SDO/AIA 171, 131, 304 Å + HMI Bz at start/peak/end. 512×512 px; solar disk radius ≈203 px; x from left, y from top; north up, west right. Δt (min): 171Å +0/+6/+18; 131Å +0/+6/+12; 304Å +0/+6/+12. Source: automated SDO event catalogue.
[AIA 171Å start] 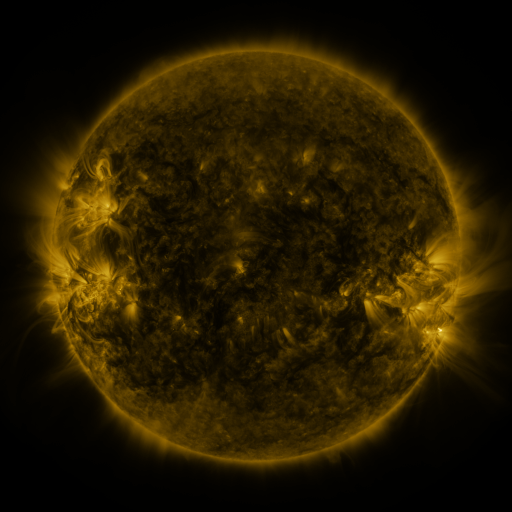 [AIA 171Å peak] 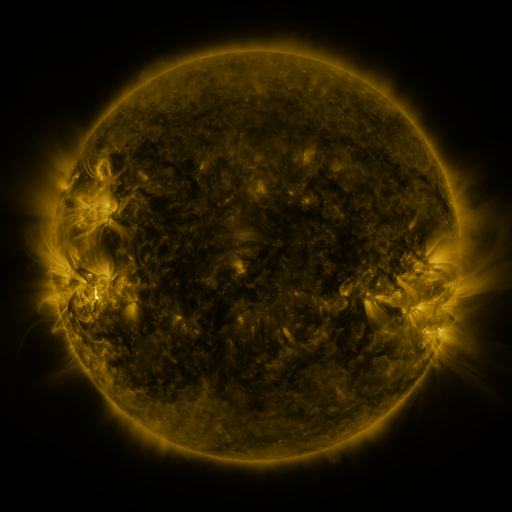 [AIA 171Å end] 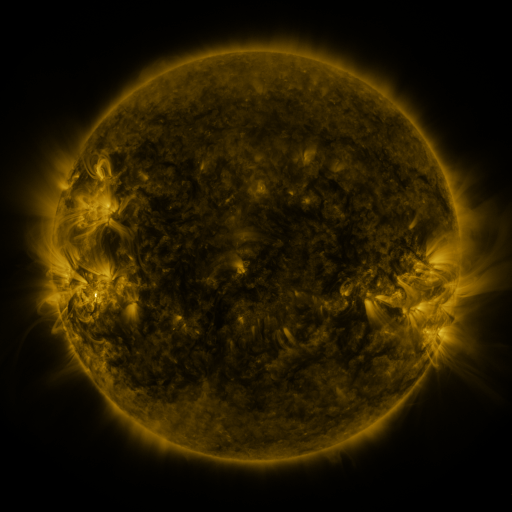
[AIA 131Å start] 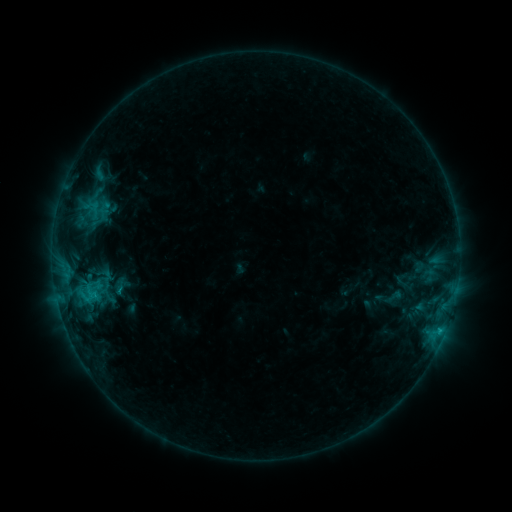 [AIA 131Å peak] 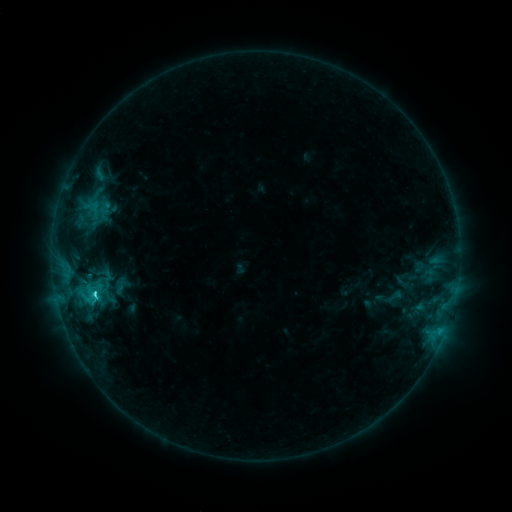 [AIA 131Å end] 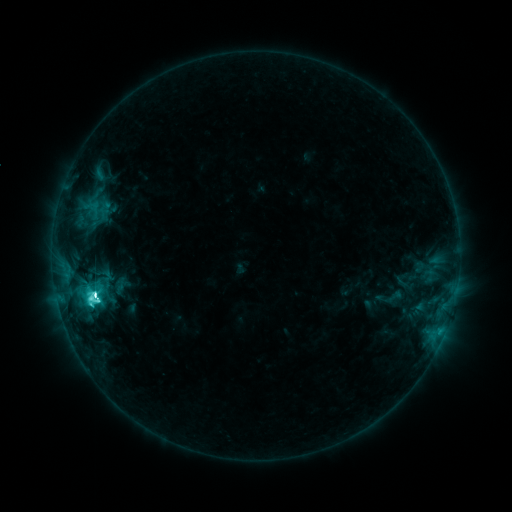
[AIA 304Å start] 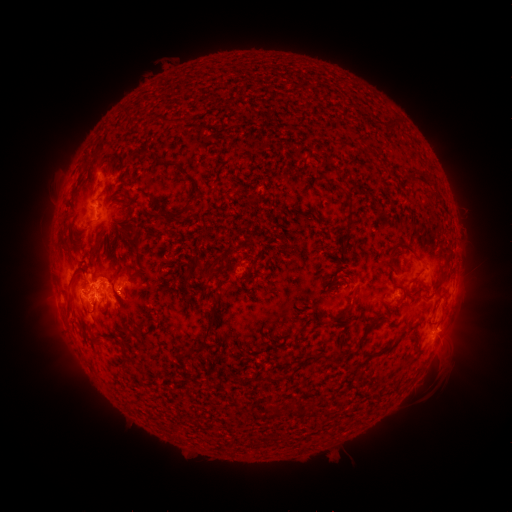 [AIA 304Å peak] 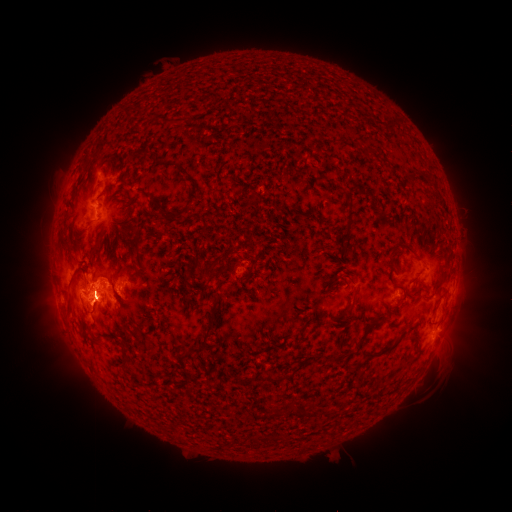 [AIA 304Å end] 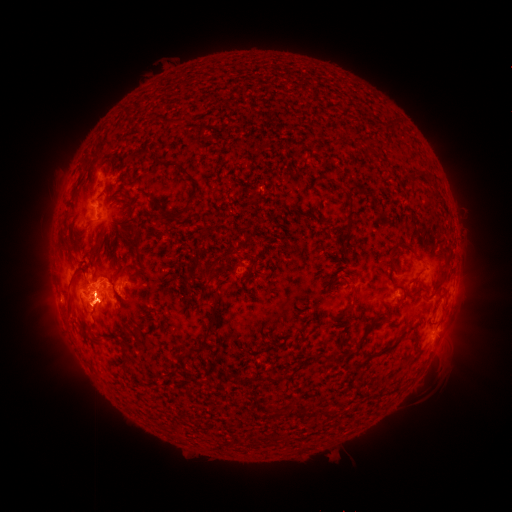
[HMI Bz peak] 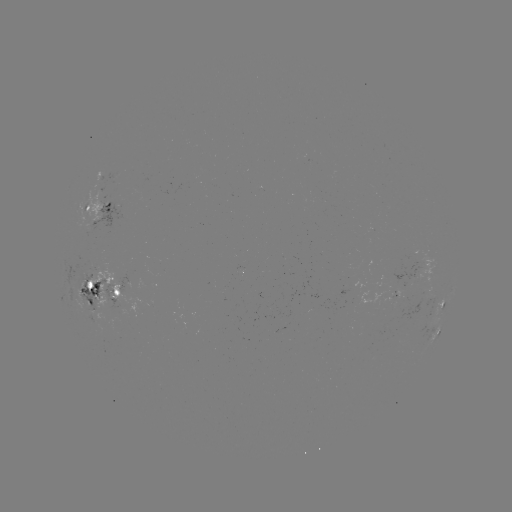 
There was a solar eruption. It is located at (97, 311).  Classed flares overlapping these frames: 1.